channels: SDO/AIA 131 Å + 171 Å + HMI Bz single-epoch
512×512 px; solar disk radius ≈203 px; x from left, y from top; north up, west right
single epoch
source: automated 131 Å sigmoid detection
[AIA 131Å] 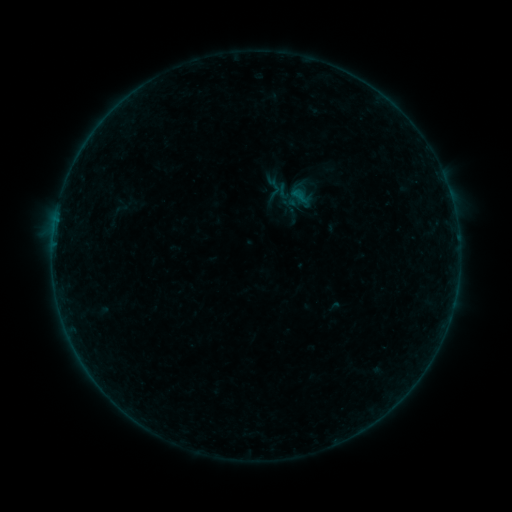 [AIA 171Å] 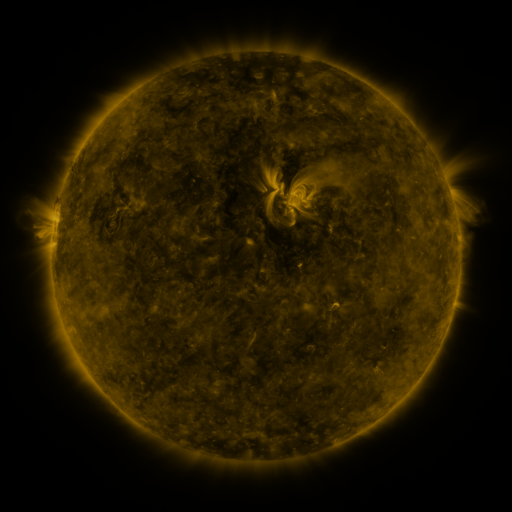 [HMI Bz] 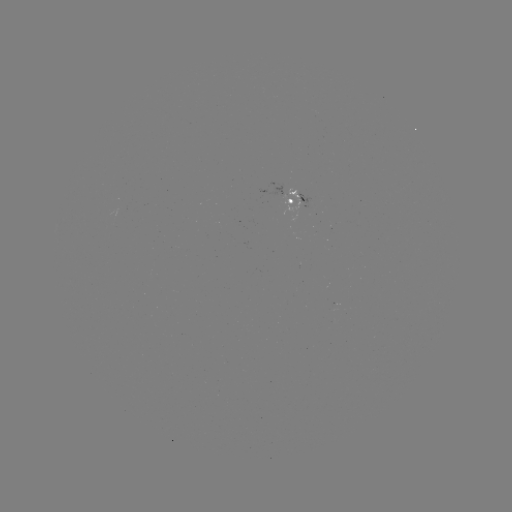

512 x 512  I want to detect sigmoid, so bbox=[274, 183, 294, 201].